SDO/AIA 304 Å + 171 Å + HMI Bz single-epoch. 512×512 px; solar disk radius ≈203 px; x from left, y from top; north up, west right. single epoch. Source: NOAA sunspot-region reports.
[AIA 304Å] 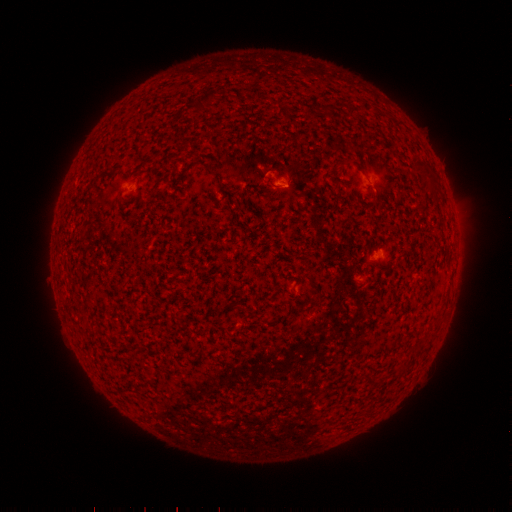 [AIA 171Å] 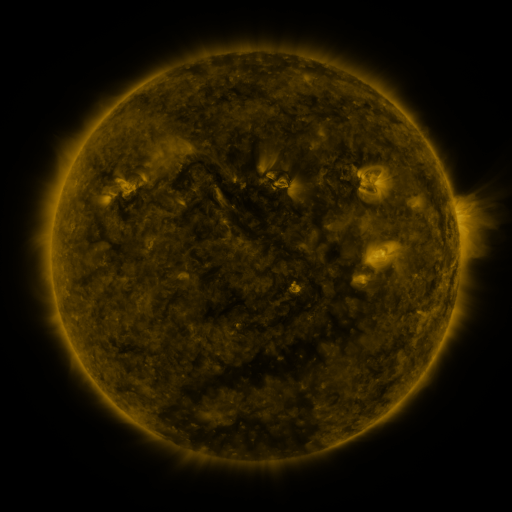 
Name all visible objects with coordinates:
spotted active region: (283, 186)
spotted active region: (377, 187)
spotted active region: (381, 256)
